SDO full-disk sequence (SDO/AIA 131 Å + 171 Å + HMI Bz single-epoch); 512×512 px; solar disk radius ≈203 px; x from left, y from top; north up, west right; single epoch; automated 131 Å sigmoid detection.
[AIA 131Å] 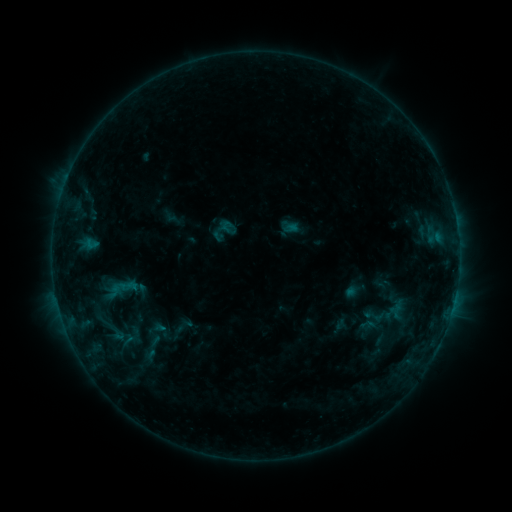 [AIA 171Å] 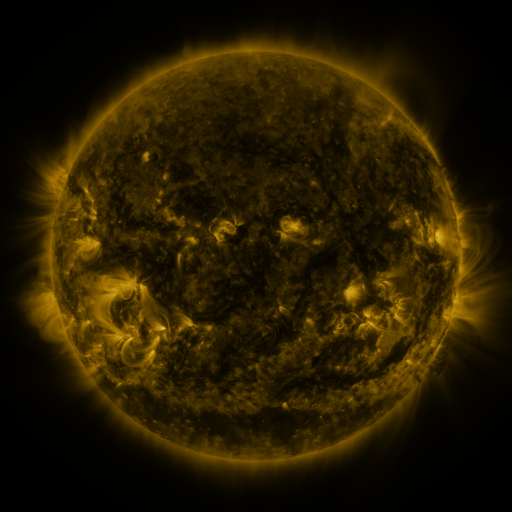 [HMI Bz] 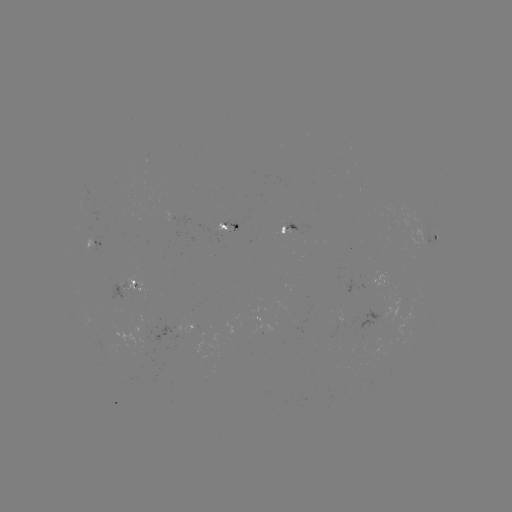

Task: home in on sigmoid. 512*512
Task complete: (374, 316).